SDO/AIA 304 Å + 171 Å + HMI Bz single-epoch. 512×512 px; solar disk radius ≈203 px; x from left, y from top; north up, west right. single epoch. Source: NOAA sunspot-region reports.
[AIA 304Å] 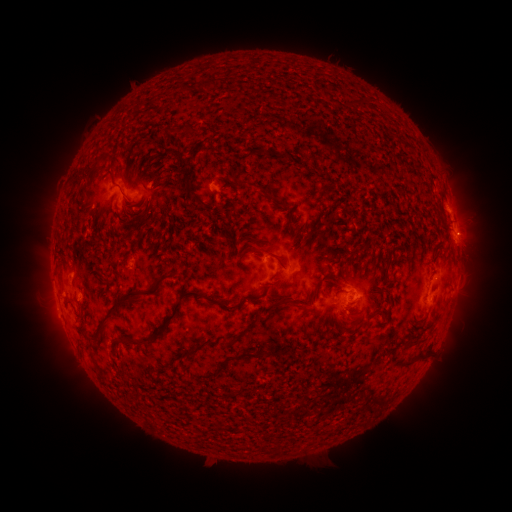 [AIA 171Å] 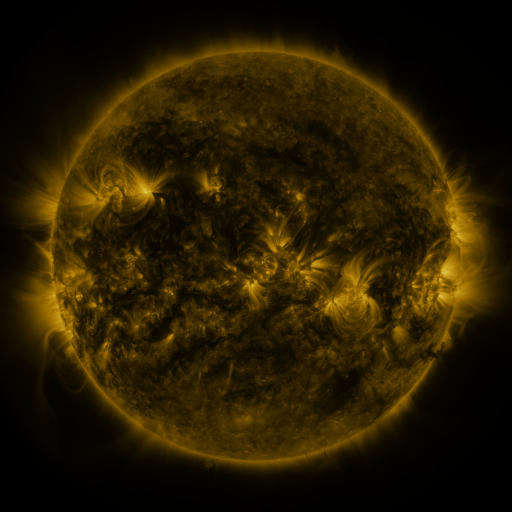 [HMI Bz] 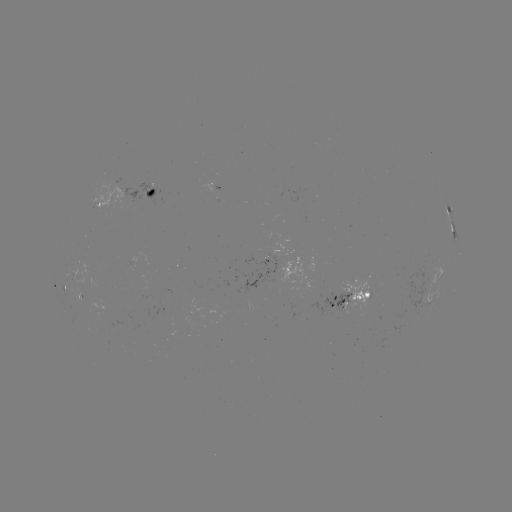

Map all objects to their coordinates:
spotted active region: (150, 192)
spotted active region: (104, 204)
spotted active region: (448, 207)
spotted active region: (454, 233)
spotted active region: (439, 277)
spotted active region: (456, 282)
spotted active region: (66, 286)
spotted active region: (358, 298)
